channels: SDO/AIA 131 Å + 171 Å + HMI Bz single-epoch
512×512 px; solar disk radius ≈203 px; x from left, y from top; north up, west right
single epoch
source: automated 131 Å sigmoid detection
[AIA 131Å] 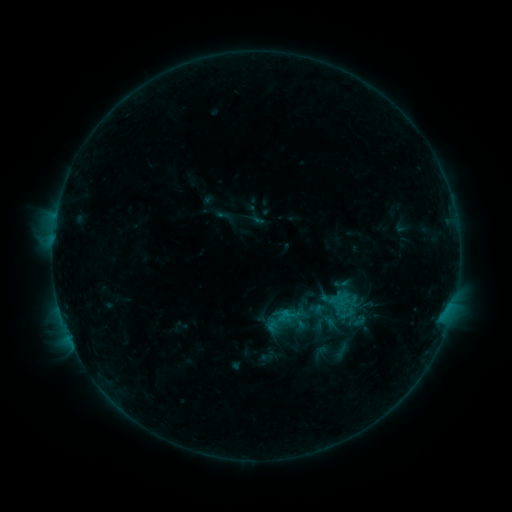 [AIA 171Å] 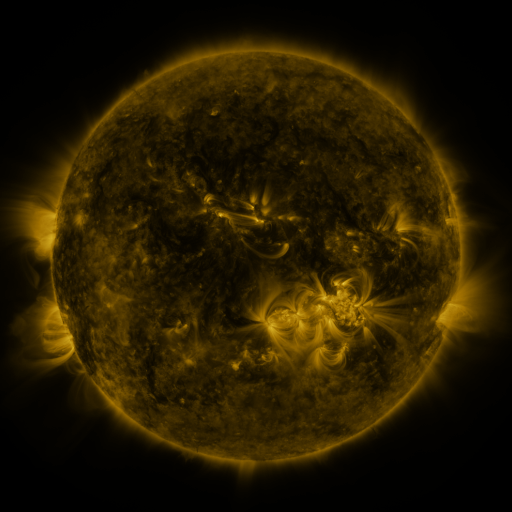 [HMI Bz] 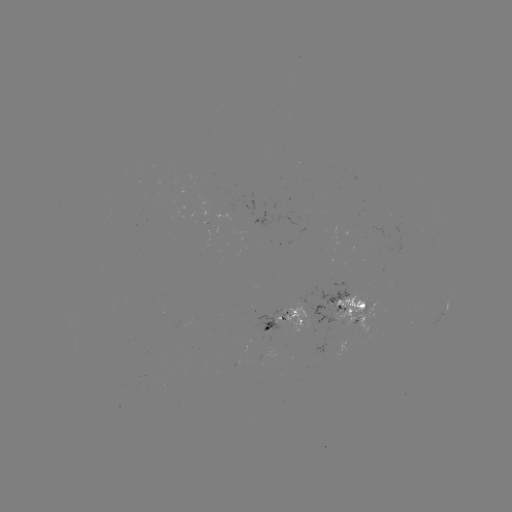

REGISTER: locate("sigmoid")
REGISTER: [342, 304]